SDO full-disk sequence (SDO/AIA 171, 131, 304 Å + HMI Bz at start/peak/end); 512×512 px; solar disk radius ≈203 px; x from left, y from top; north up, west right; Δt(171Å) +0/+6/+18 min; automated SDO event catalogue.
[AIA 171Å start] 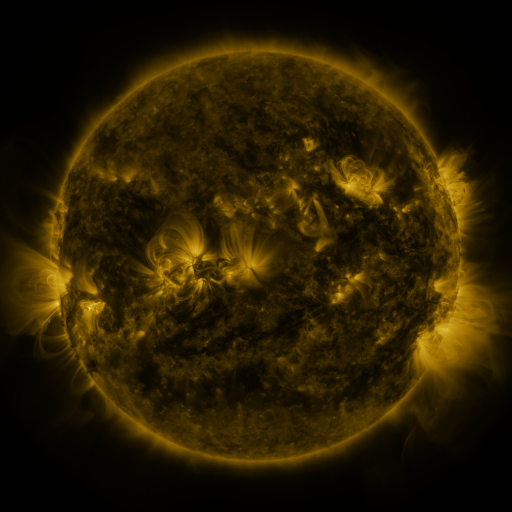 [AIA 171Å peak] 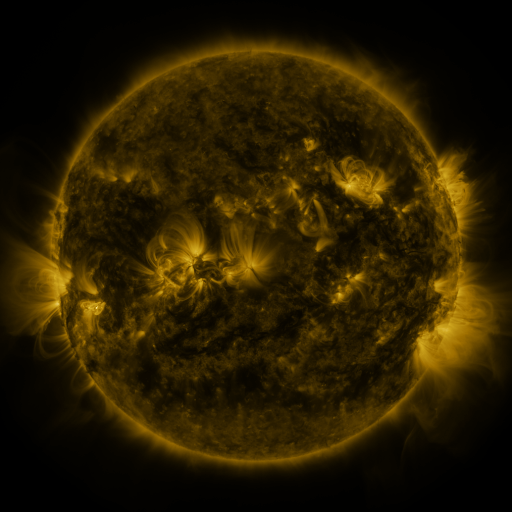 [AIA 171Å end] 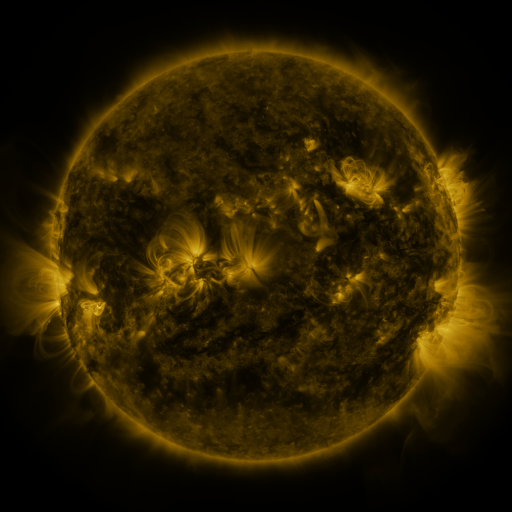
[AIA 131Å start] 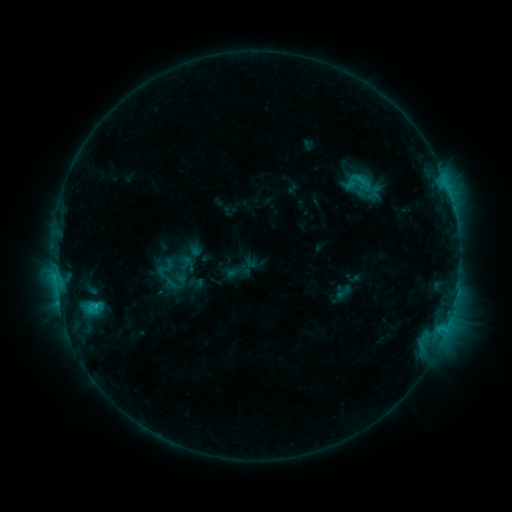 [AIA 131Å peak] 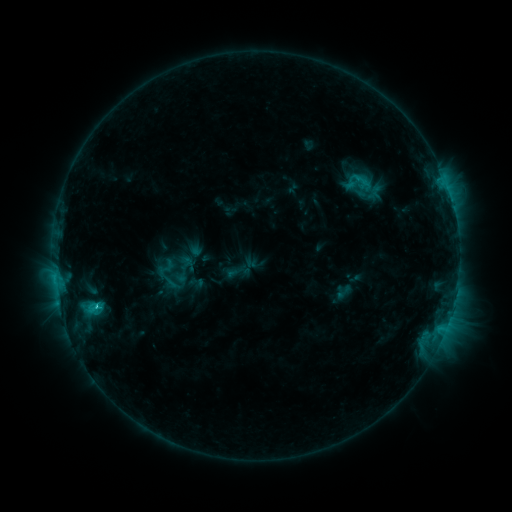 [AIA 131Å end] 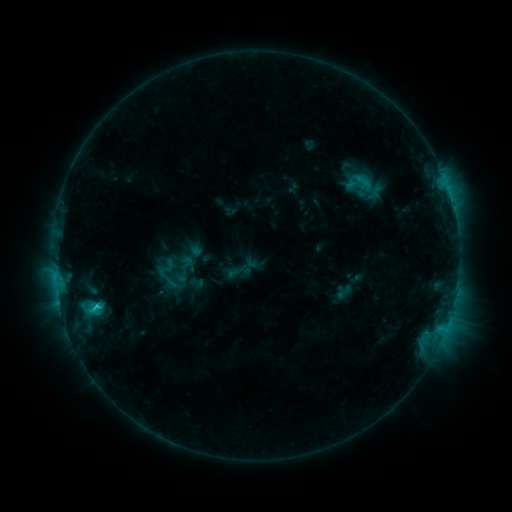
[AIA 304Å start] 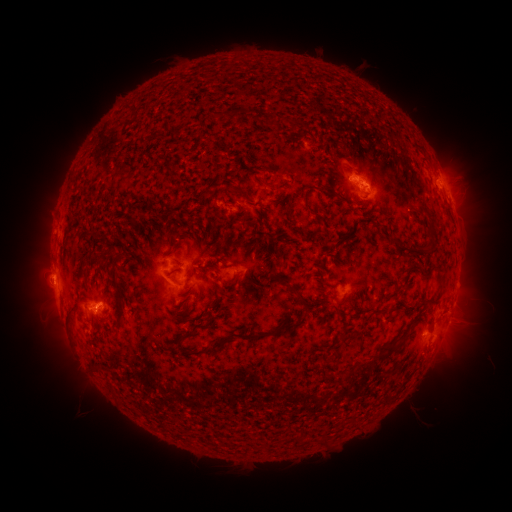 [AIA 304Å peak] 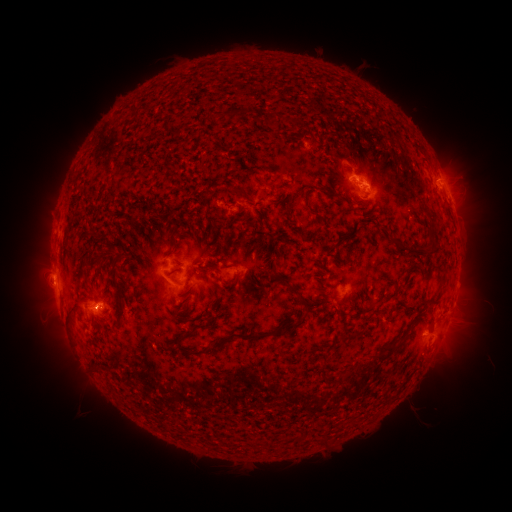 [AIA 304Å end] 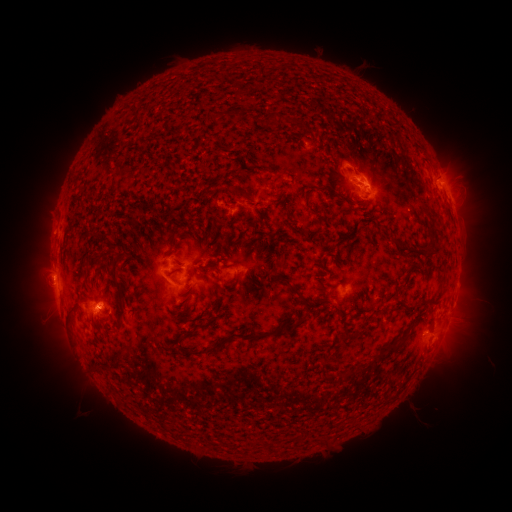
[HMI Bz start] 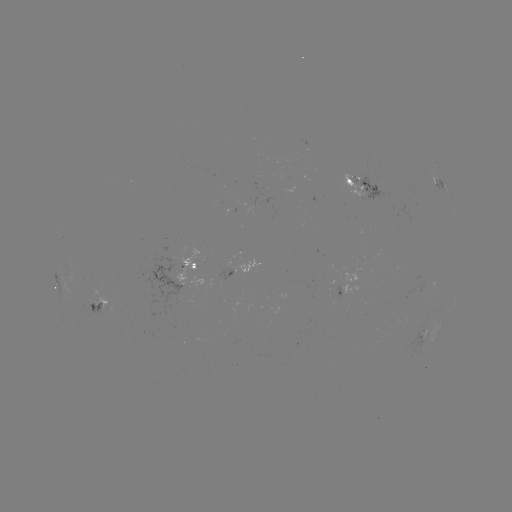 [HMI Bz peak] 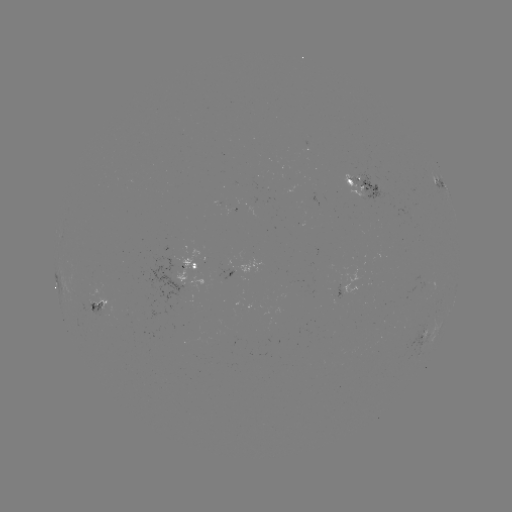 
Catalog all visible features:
C2.1 flare: (99, 304)
